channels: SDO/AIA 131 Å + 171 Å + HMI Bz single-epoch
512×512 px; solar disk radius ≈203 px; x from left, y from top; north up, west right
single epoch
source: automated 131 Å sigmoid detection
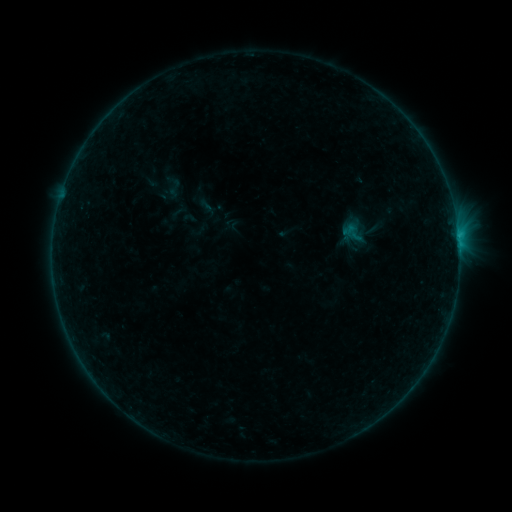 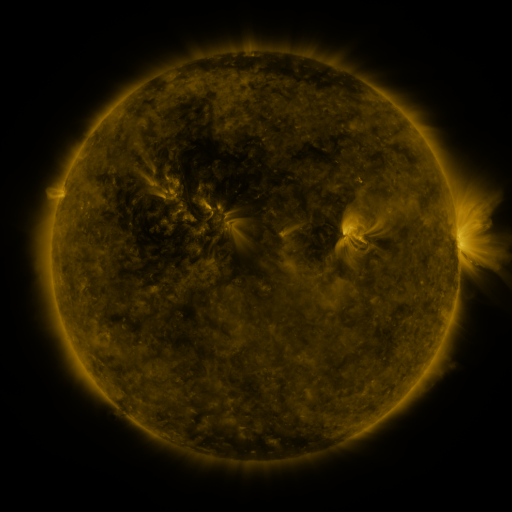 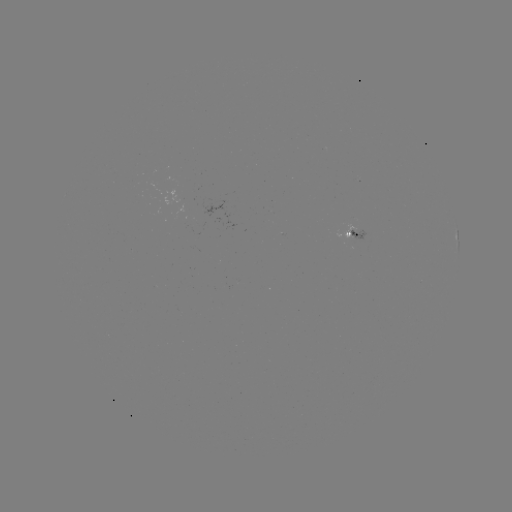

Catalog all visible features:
sigmoid: [342, 224, 365, 244]
